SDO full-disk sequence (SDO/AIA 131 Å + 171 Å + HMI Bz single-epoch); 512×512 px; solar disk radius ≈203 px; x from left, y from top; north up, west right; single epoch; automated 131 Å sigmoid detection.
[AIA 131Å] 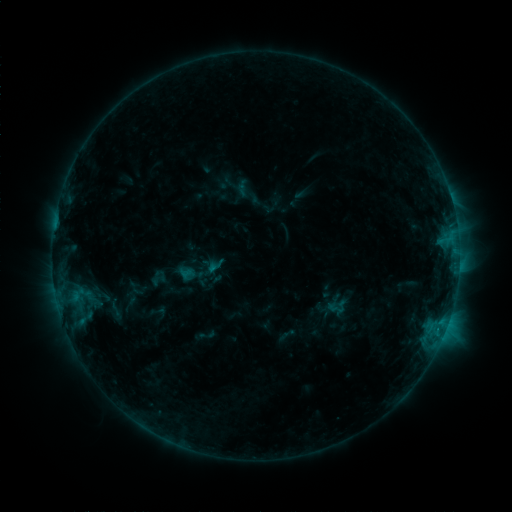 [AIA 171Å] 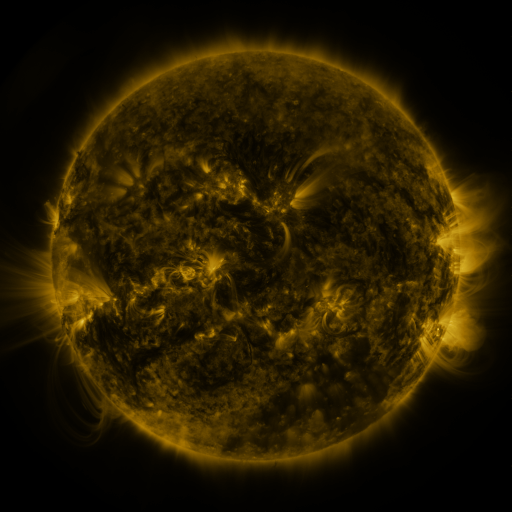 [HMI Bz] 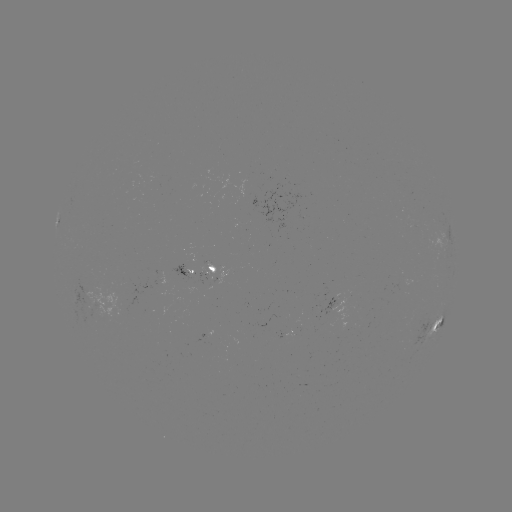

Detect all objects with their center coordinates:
sigmoid: (117, 309)
